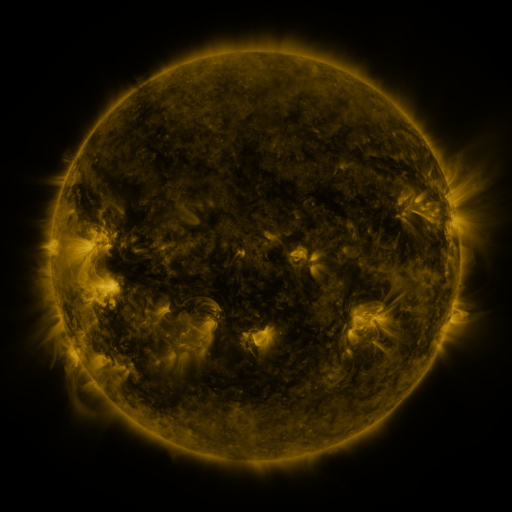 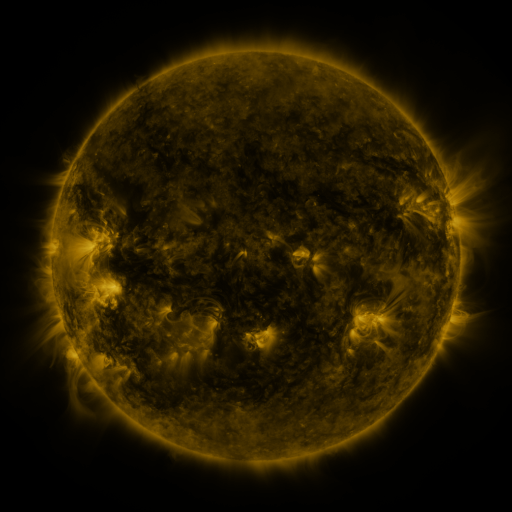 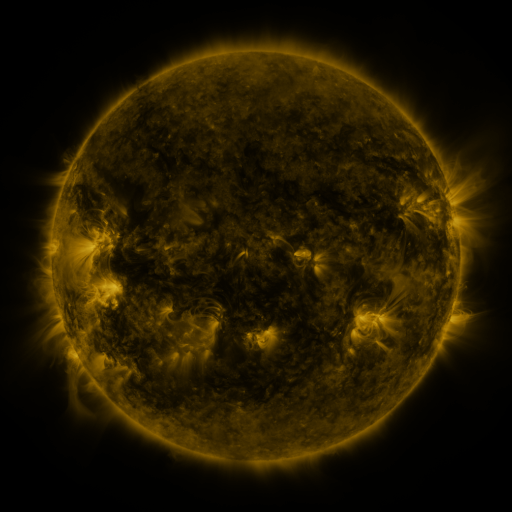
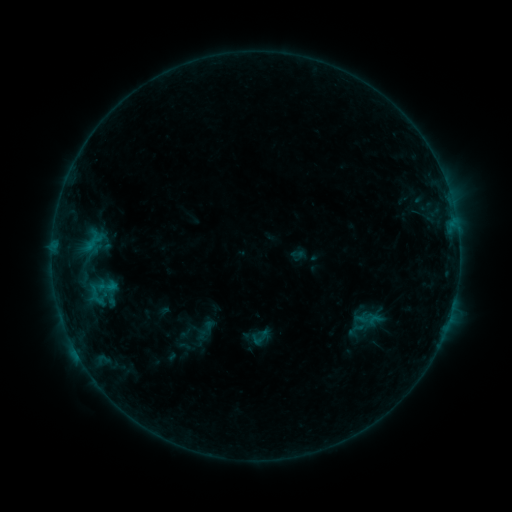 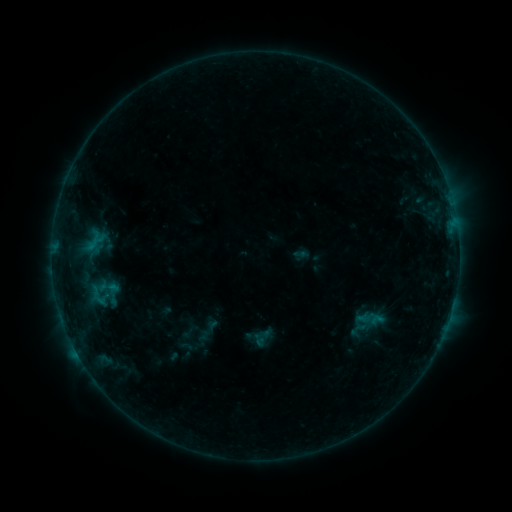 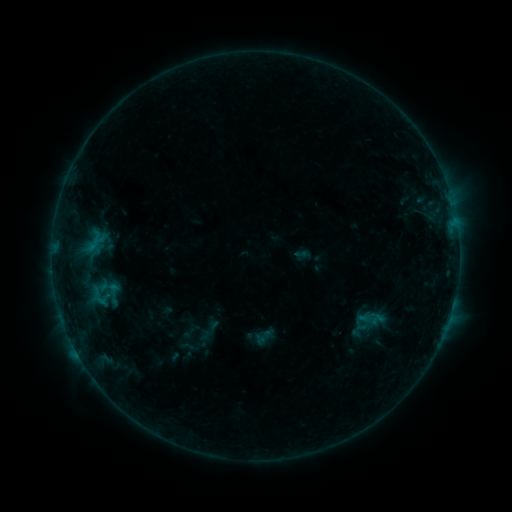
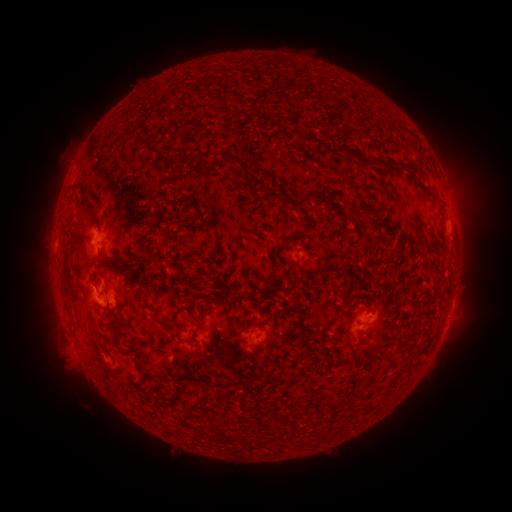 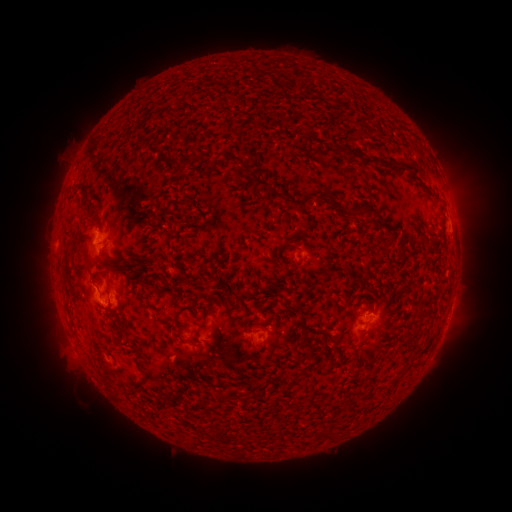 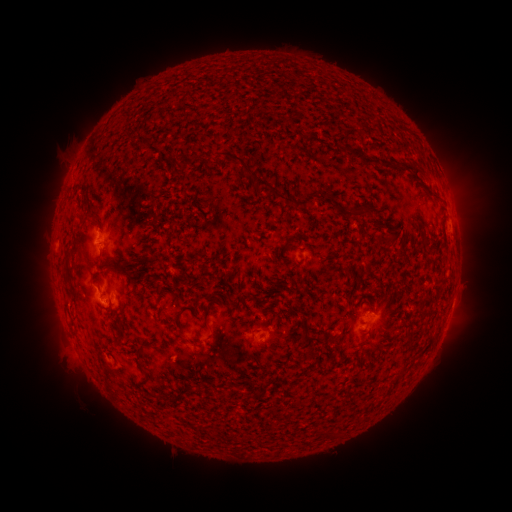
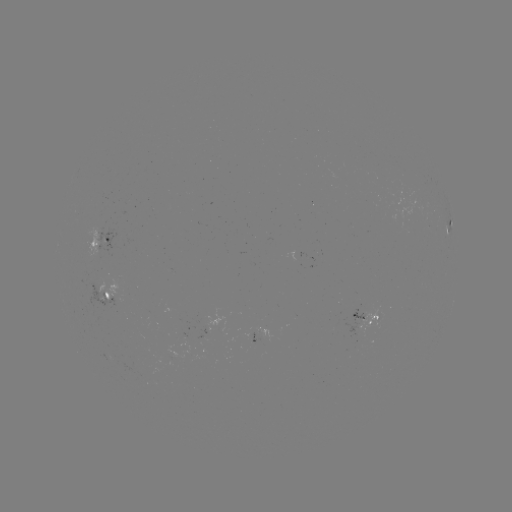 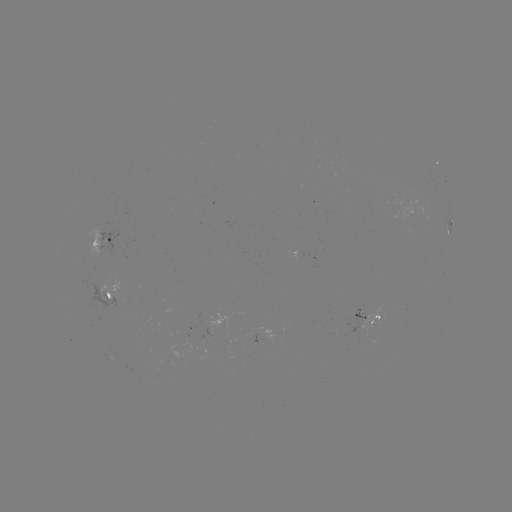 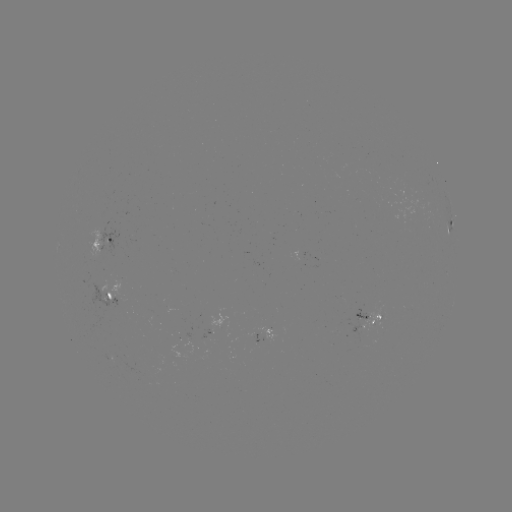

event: emerging-flux region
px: (209, 332)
